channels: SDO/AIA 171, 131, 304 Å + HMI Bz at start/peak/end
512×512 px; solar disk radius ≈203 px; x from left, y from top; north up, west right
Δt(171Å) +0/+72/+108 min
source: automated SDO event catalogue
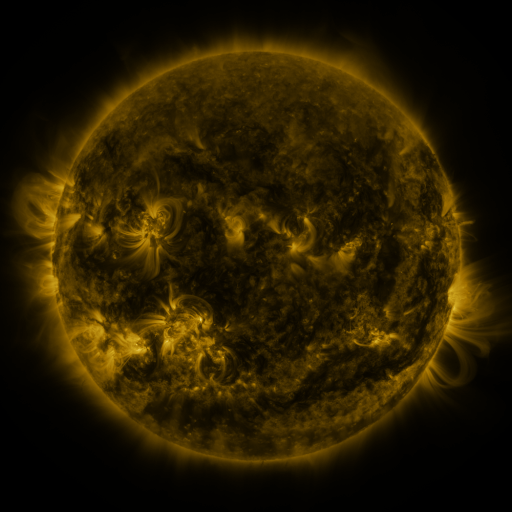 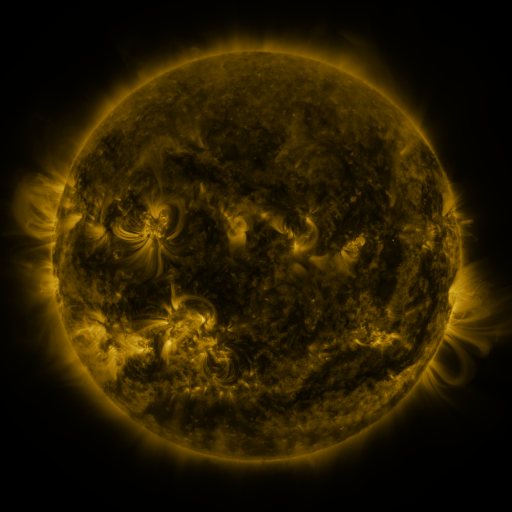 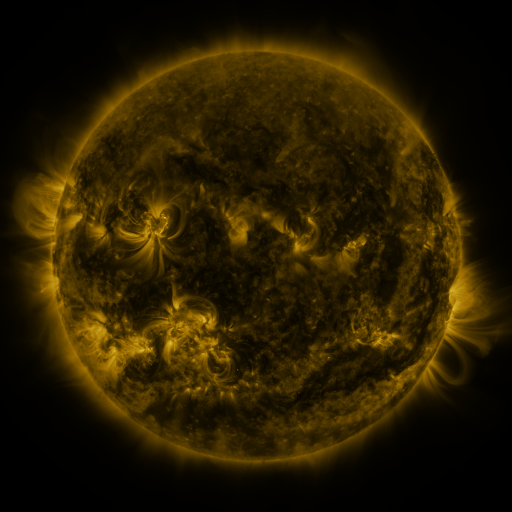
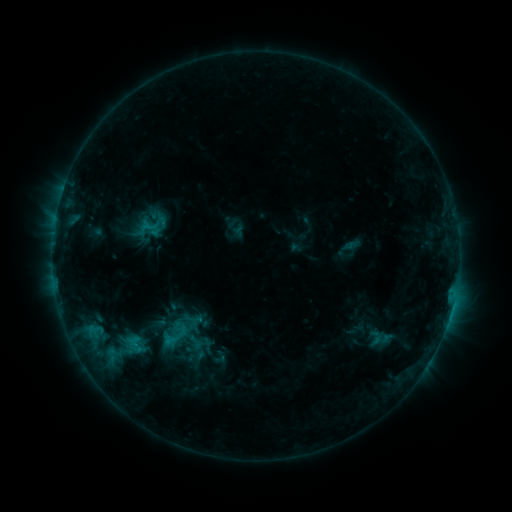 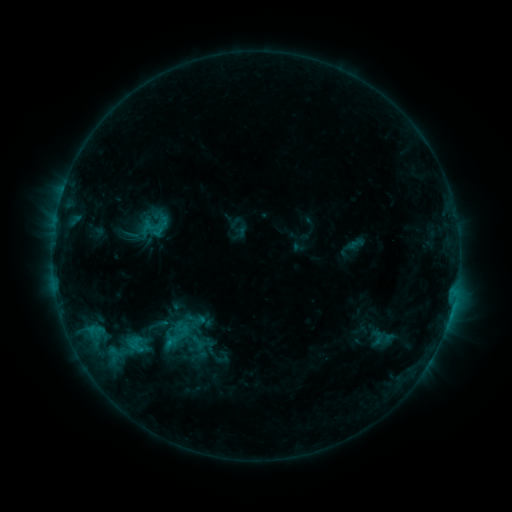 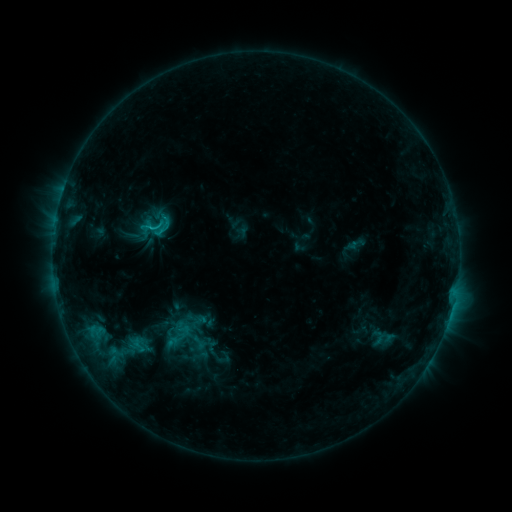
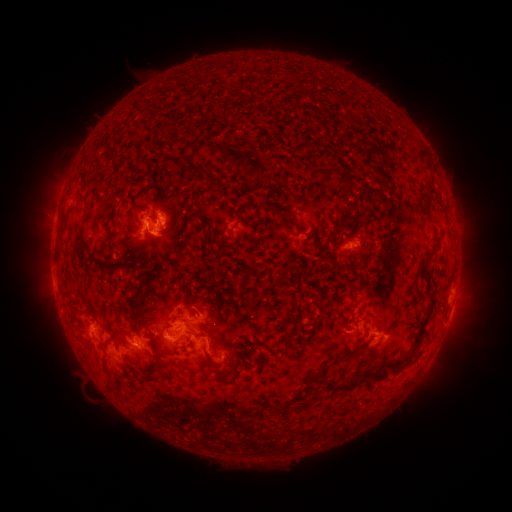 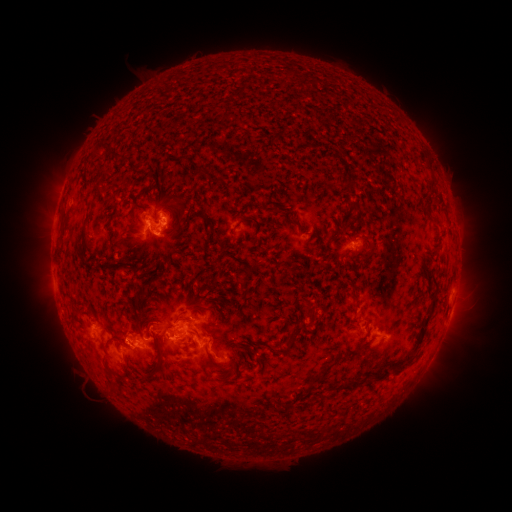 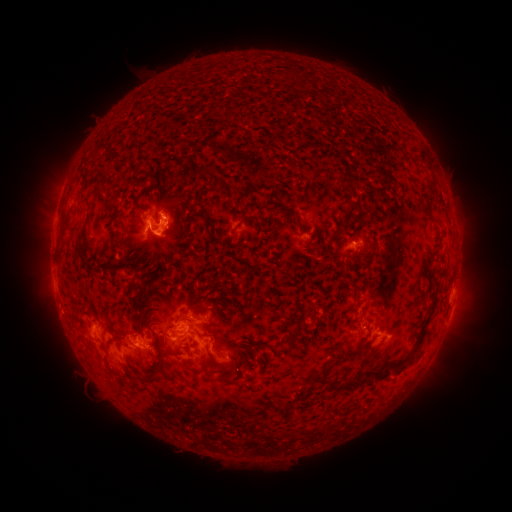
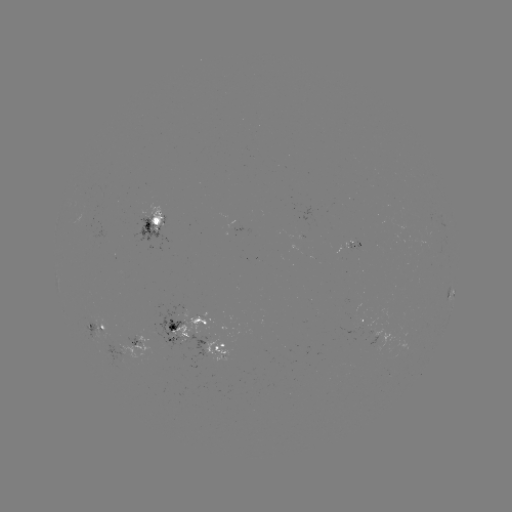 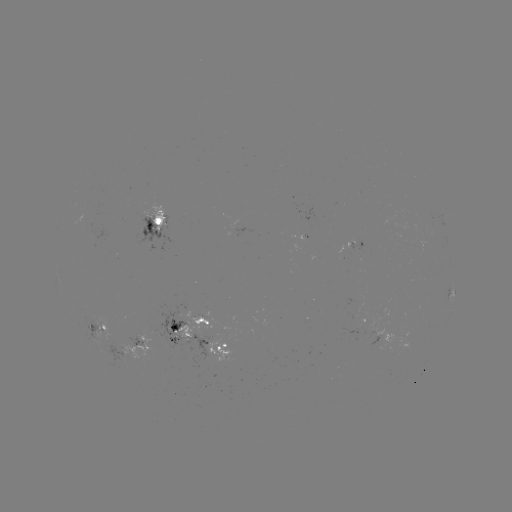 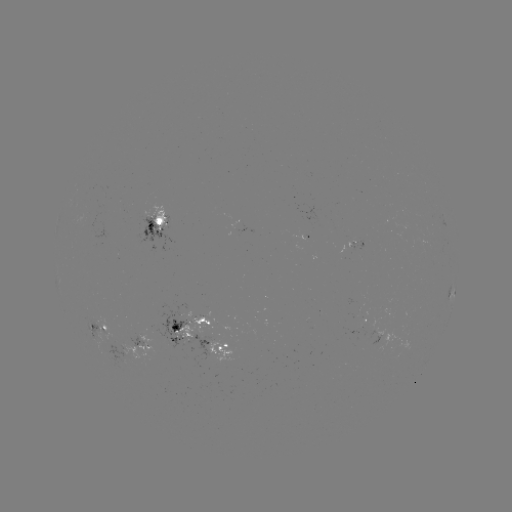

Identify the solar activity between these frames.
emerging-flux region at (120, 357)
